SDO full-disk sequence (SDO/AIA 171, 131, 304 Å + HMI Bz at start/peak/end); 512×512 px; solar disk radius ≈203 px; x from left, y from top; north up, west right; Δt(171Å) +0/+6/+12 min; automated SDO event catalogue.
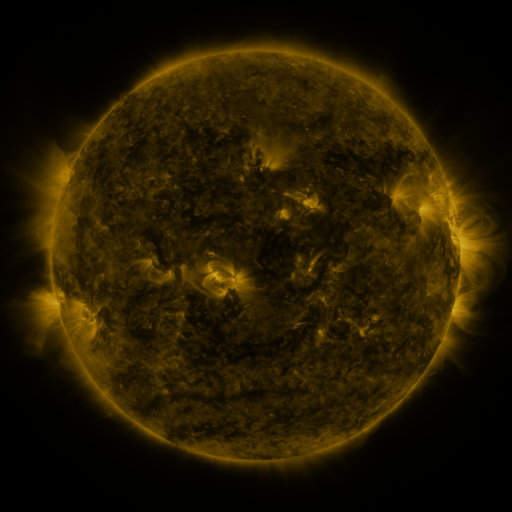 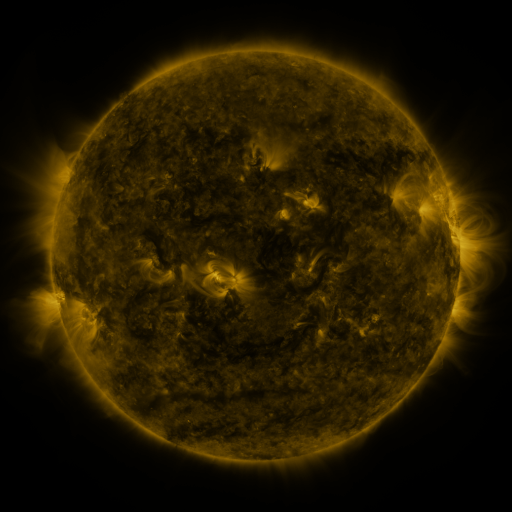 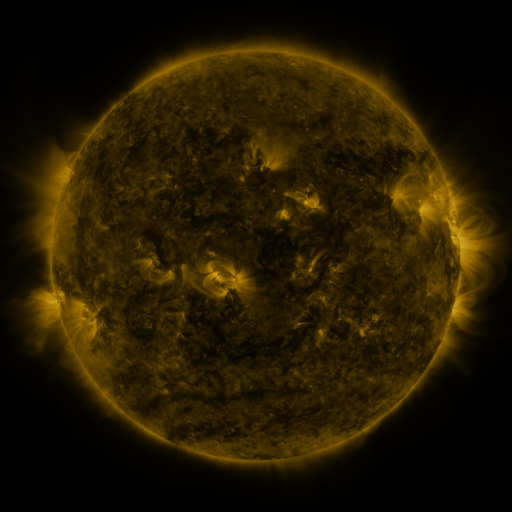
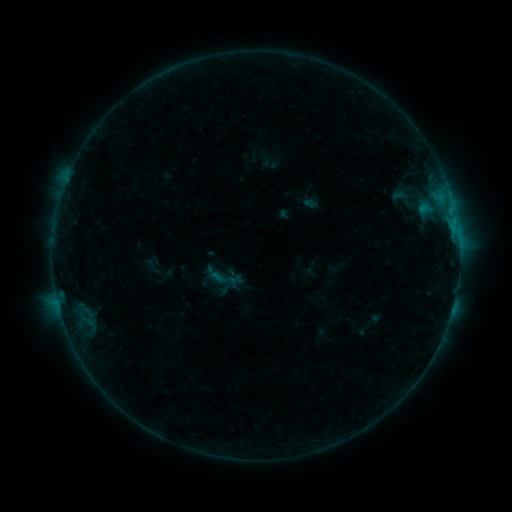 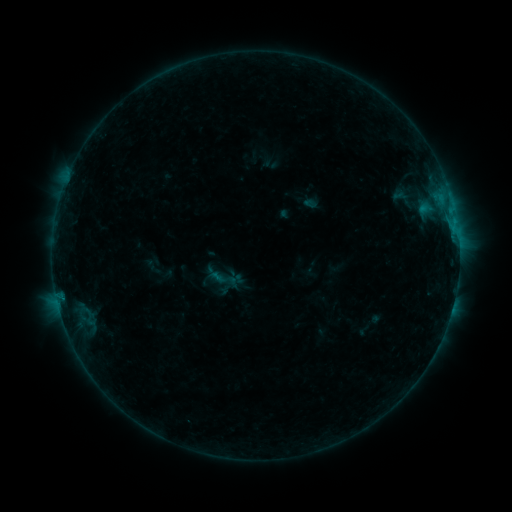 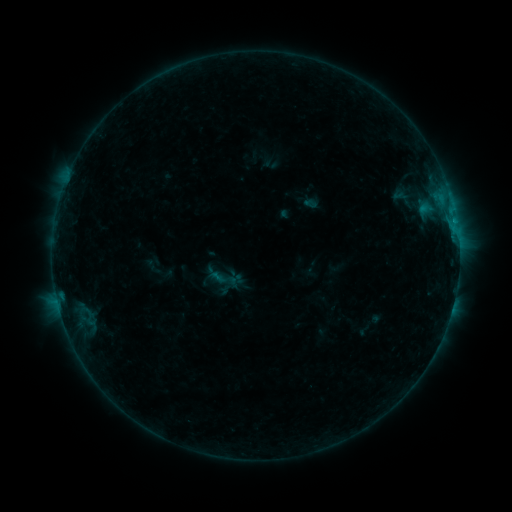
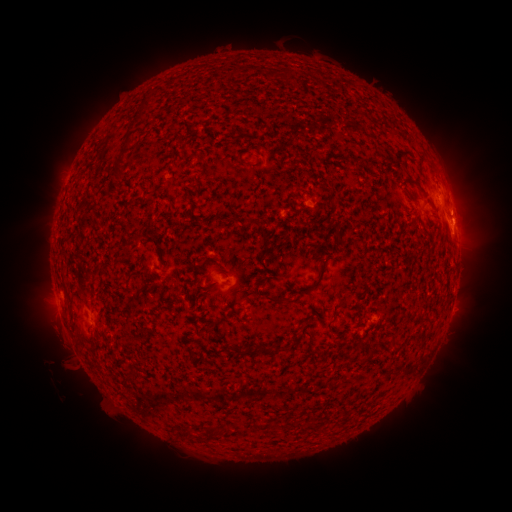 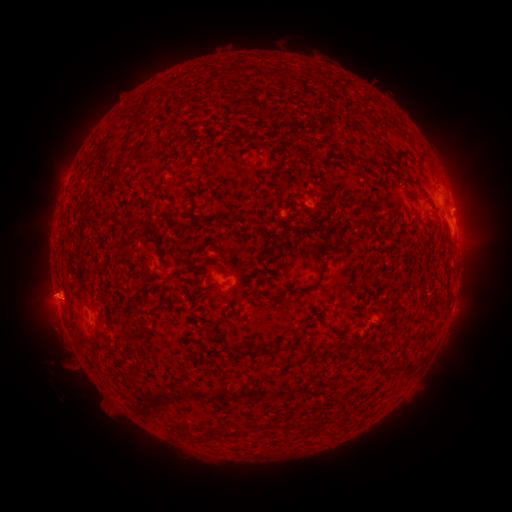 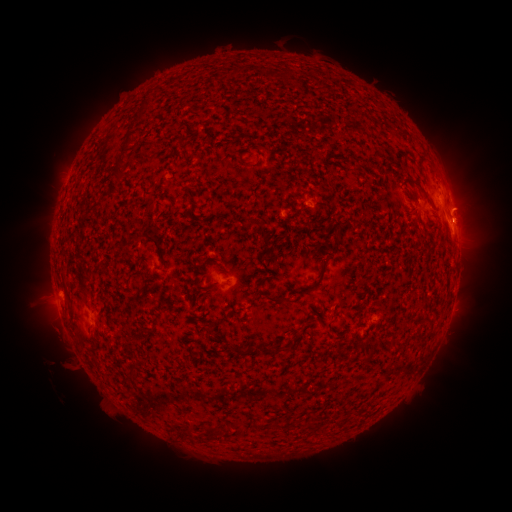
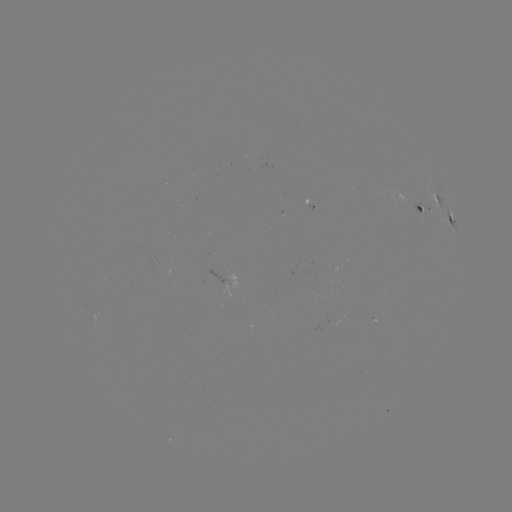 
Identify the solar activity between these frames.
eruption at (50, 296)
